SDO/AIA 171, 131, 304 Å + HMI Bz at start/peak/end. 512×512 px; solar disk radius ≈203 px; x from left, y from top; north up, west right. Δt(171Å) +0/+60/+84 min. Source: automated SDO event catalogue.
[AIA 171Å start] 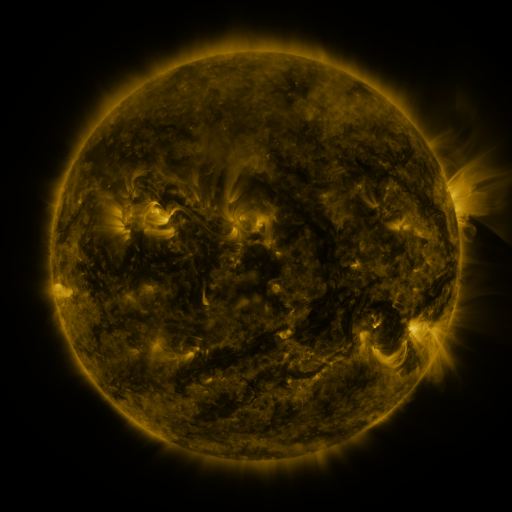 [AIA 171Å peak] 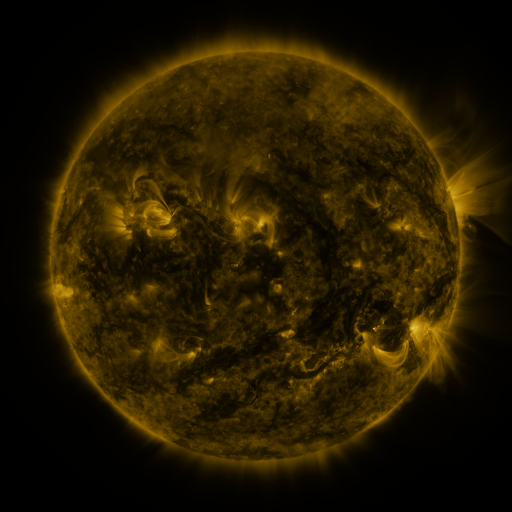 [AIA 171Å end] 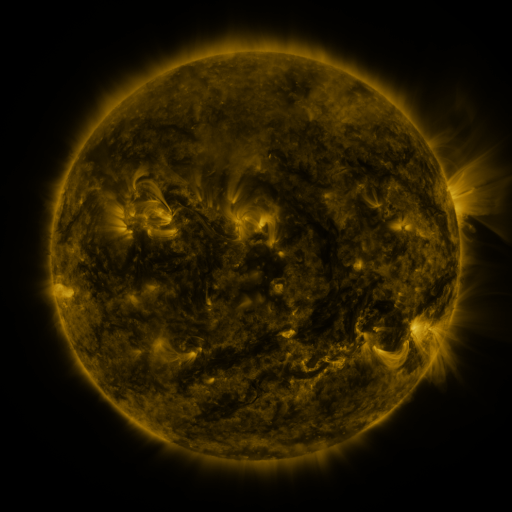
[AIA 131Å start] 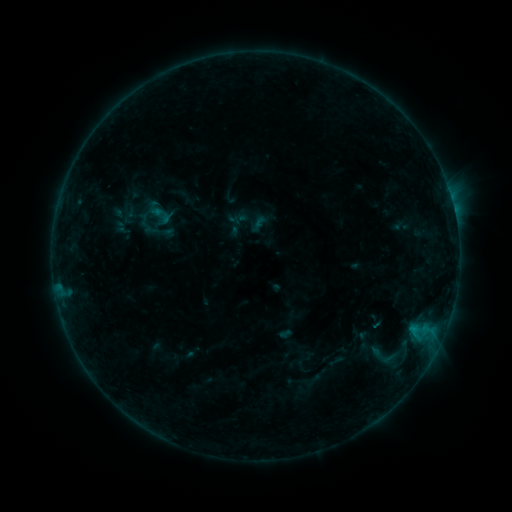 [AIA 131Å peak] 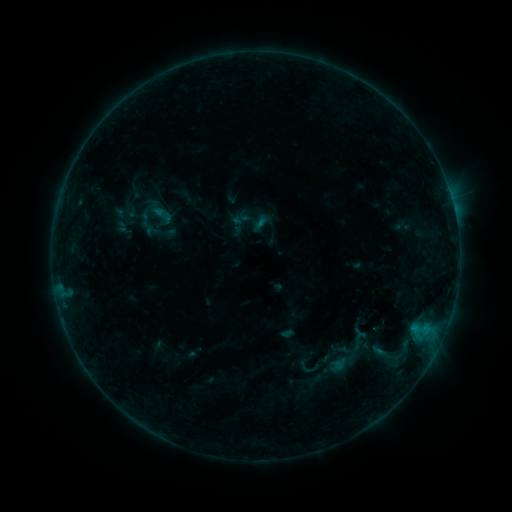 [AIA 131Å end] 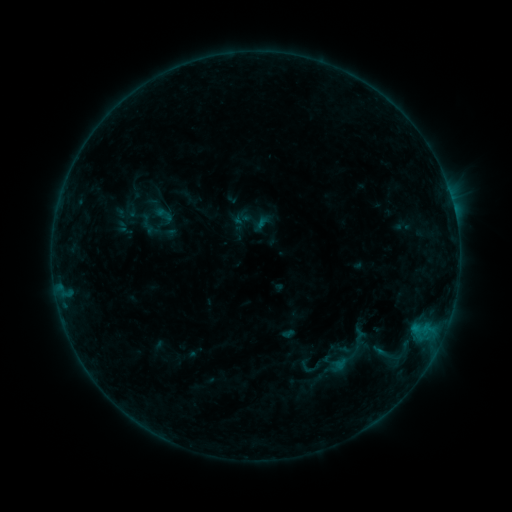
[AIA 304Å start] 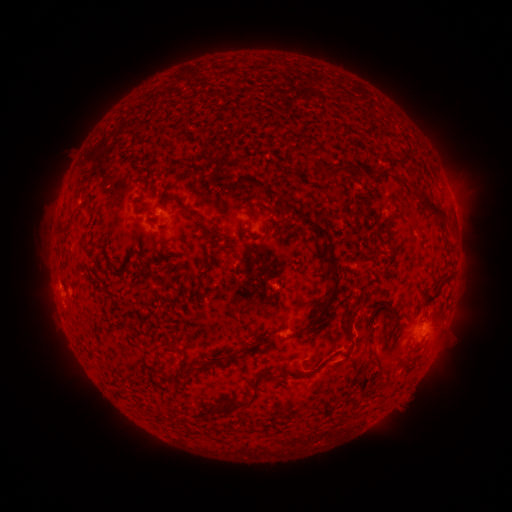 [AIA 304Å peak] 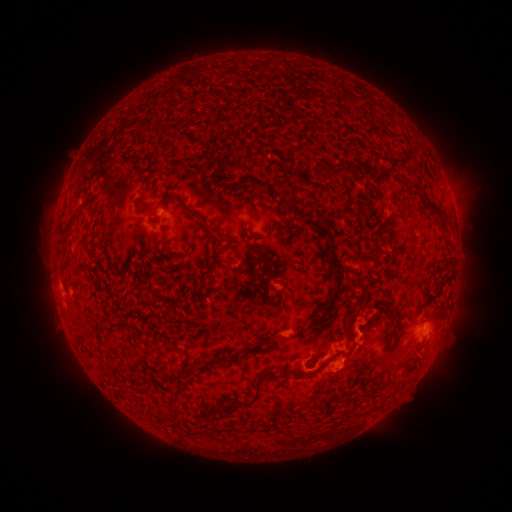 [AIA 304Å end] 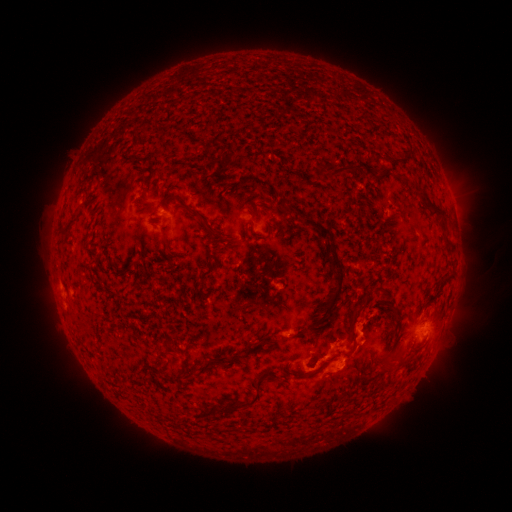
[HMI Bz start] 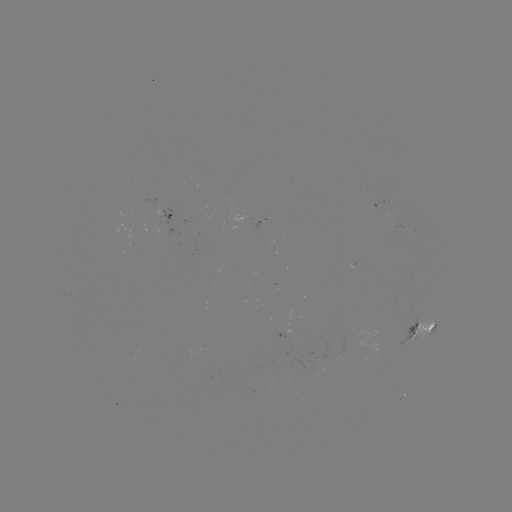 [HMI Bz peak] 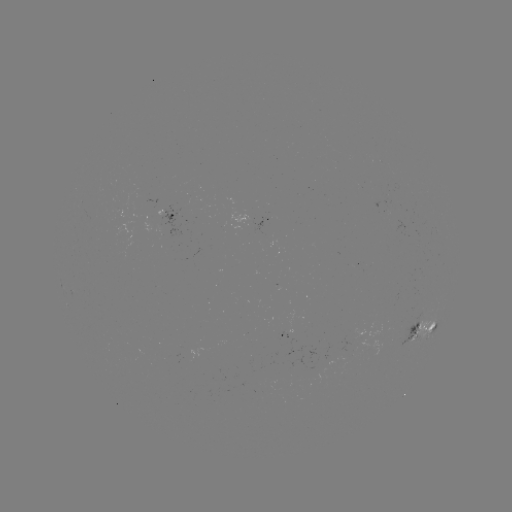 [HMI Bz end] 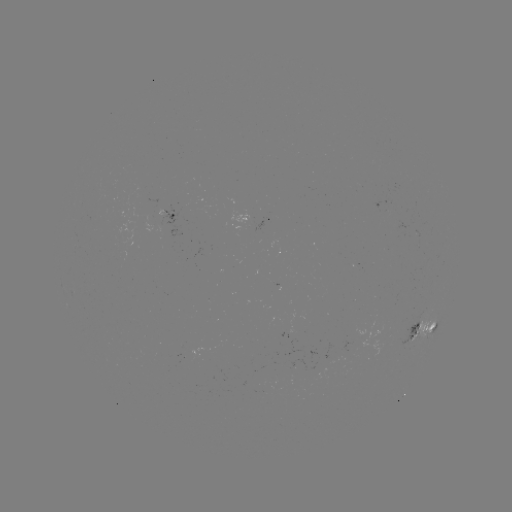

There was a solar emerging-flux region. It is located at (293, 337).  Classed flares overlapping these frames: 1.